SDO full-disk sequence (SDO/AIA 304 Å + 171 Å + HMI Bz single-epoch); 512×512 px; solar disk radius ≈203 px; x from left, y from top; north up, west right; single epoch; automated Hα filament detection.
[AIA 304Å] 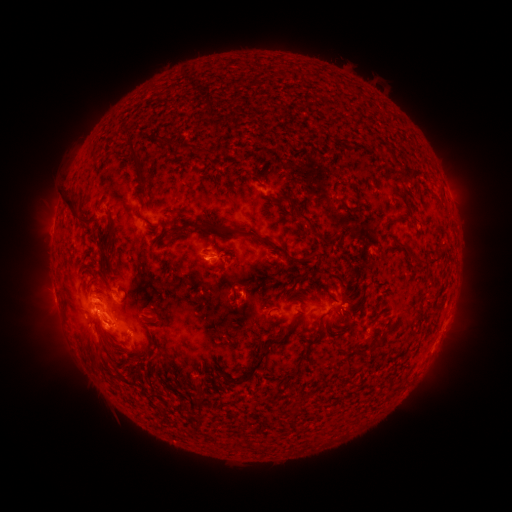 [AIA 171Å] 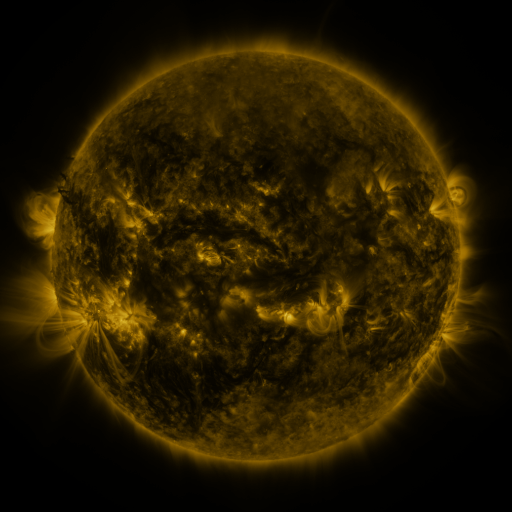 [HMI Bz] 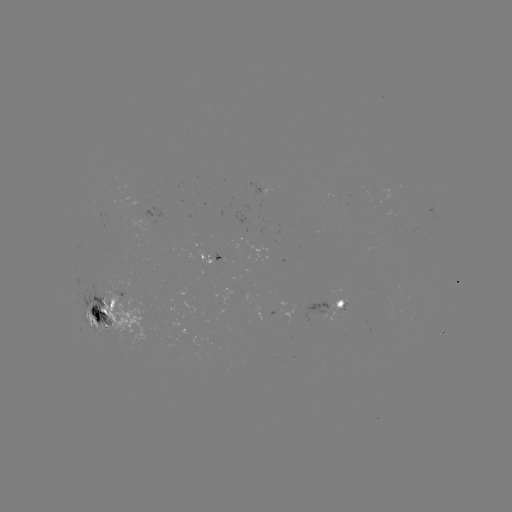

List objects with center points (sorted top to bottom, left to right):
filament: (166, 144)
filament: (183, 148)
filament: (204, 152)
filament: (401, 166)
filament: (137, 167)
filament: (280, 198)
filament: (344, 204)
filament: (74, 215)
filament: (144, 221)
filament: (389, 222)
filament: (309, 224)
filament: (191, 226)
filament: (288, 231)
filament: (259, 239)
filament: (109, 240)
filament: (219, 250)
filament: (313, 255)
filament: (335, 274)
filament: (301, 277)
filament: (294, 292)
filament: (97, 295)
filament: (119, 309)
filament: (301, 313)
filament: (318, 330)
filament: (344, 330)
filament: (379, 341)
filament: (97, 346)
filament: (266, 351)
filament: (205, 370)
filament: (228, 377)
filament: (201, 402)
filament: (295, 411)
